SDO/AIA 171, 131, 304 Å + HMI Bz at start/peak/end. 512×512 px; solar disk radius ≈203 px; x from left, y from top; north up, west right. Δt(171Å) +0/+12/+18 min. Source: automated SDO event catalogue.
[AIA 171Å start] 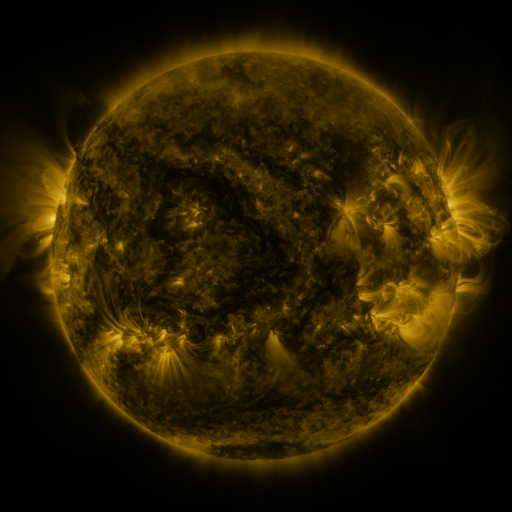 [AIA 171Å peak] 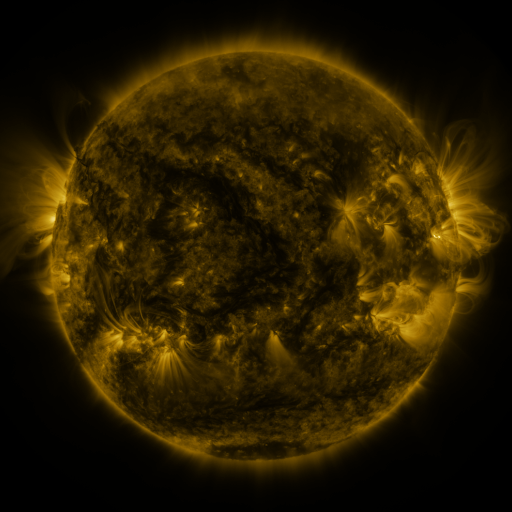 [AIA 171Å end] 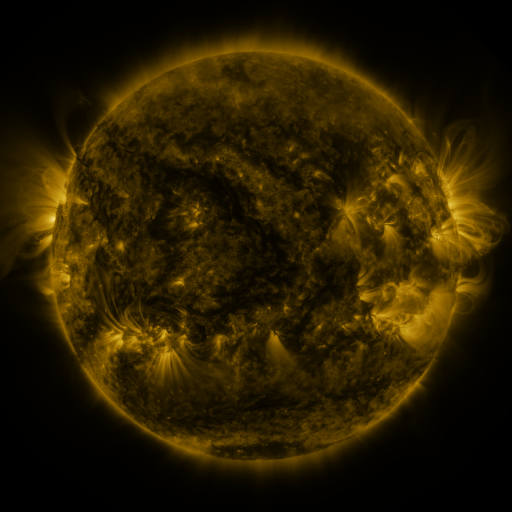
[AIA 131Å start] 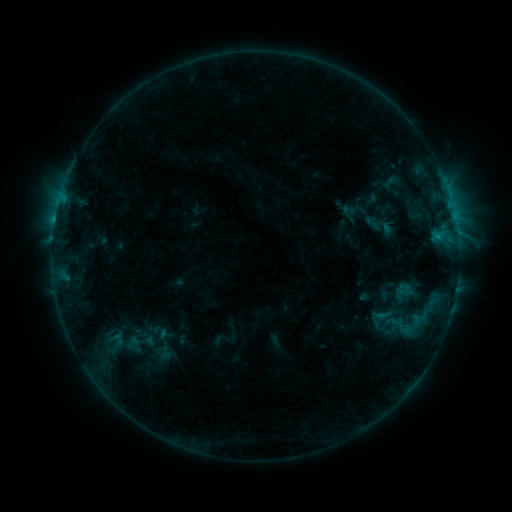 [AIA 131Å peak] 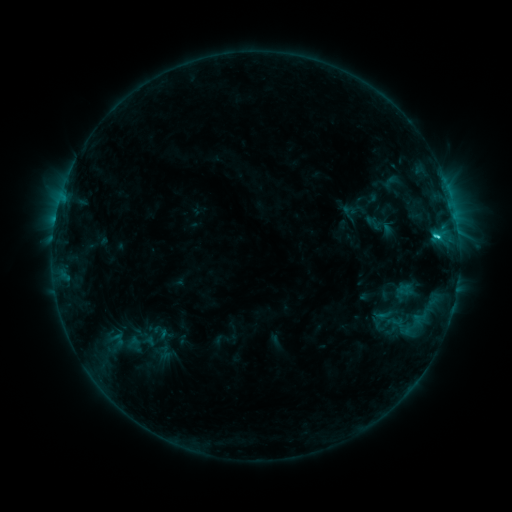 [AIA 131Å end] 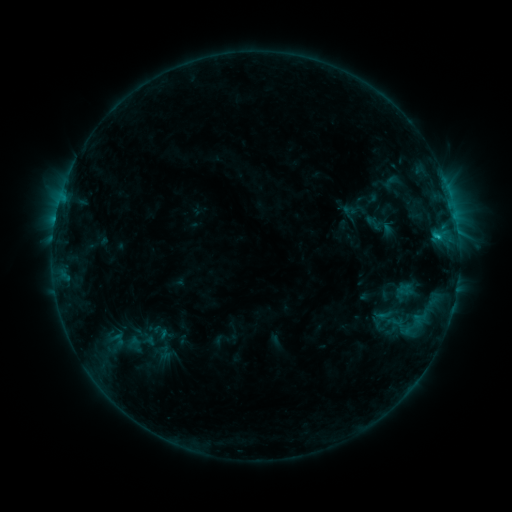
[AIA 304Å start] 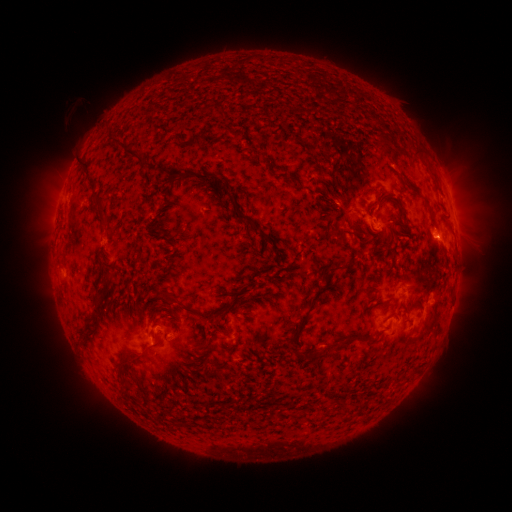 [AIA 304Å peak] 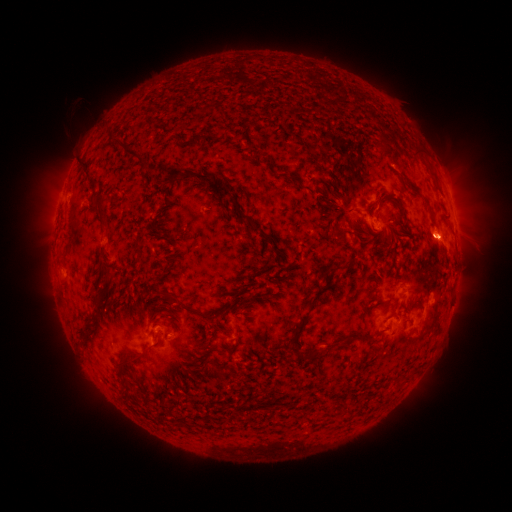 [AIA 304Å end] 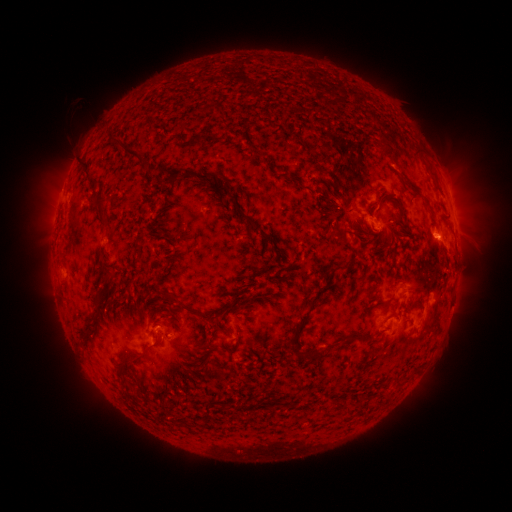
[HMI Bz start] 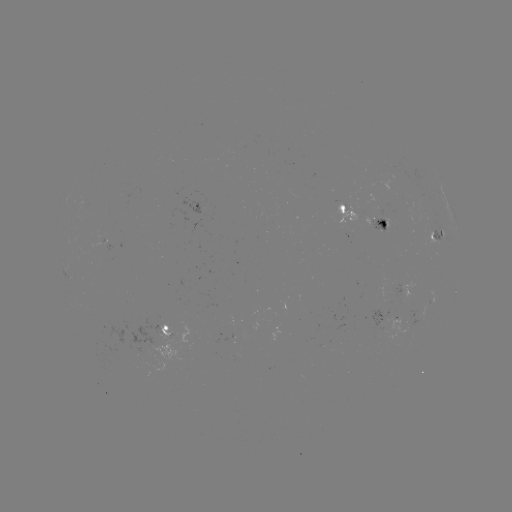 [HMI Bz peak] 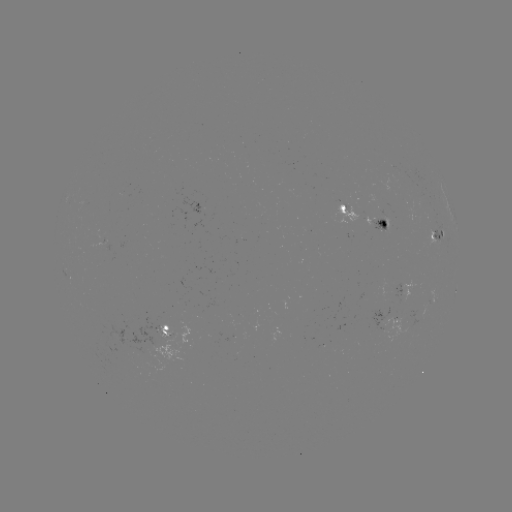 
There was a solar flare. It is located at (436, 237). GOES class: C1.0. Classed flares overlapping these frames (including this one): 1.